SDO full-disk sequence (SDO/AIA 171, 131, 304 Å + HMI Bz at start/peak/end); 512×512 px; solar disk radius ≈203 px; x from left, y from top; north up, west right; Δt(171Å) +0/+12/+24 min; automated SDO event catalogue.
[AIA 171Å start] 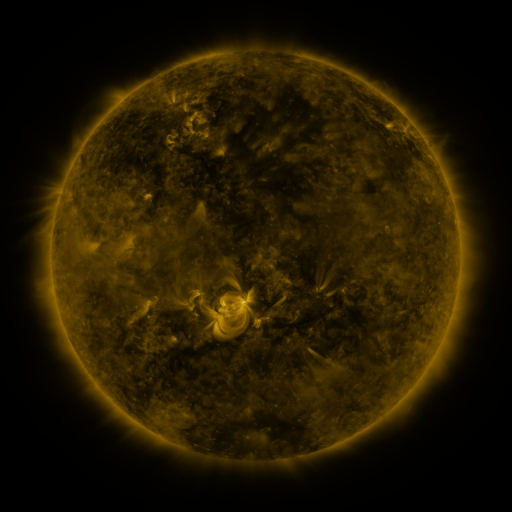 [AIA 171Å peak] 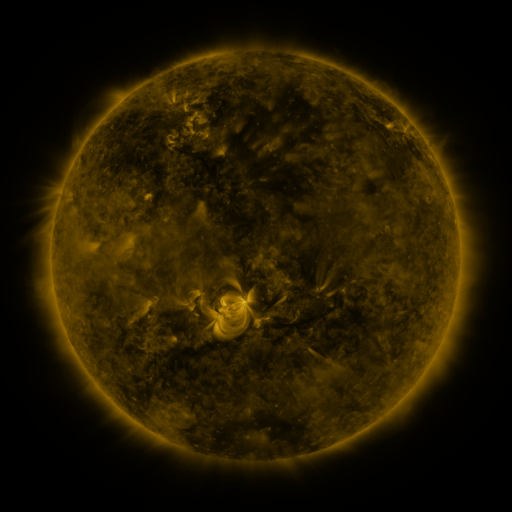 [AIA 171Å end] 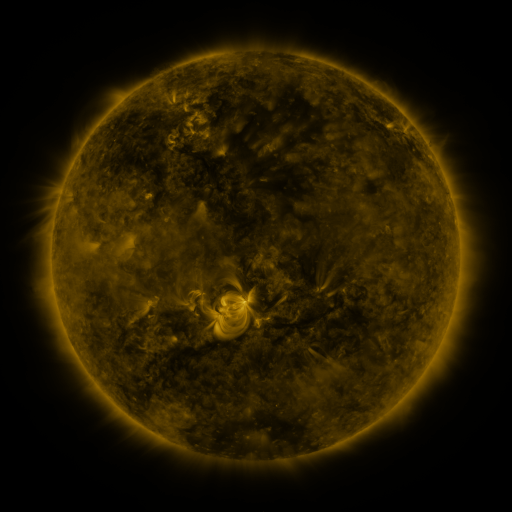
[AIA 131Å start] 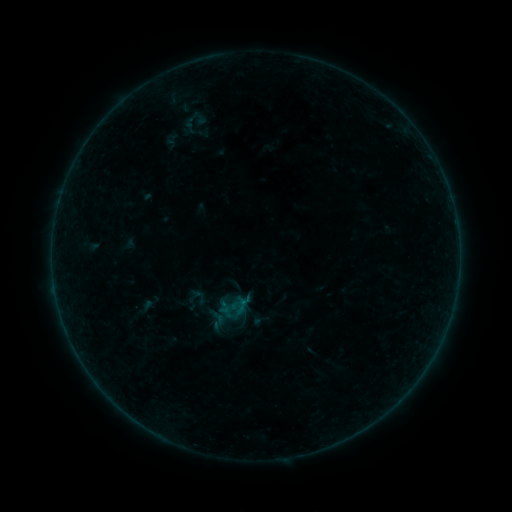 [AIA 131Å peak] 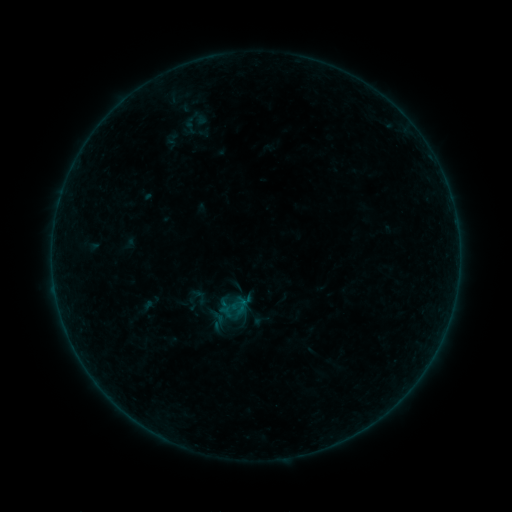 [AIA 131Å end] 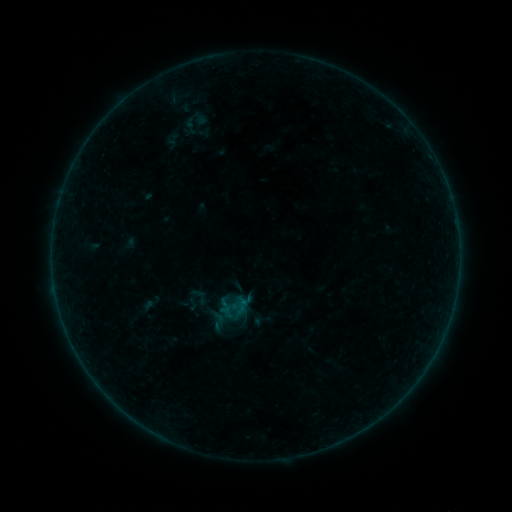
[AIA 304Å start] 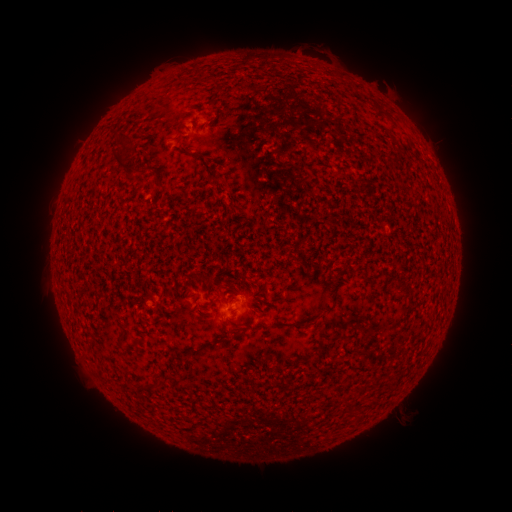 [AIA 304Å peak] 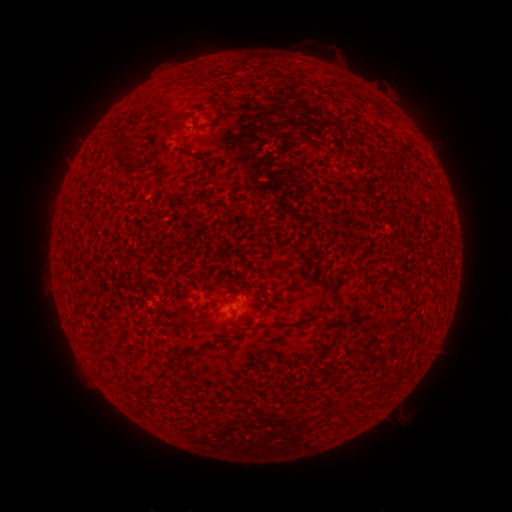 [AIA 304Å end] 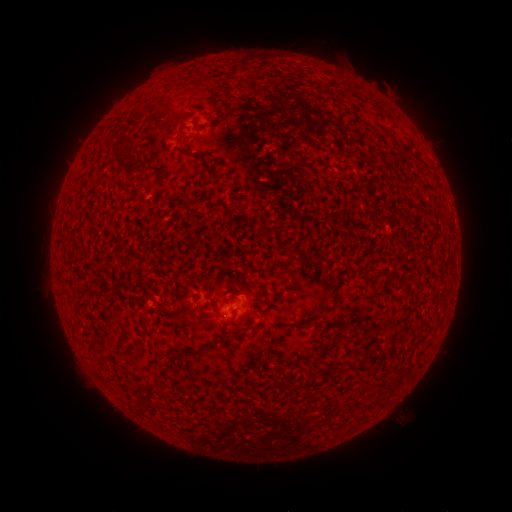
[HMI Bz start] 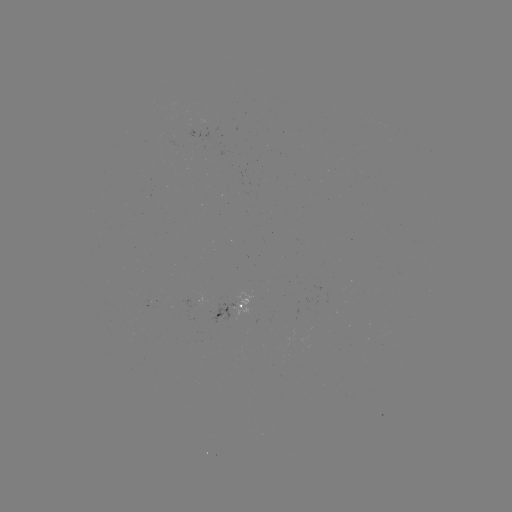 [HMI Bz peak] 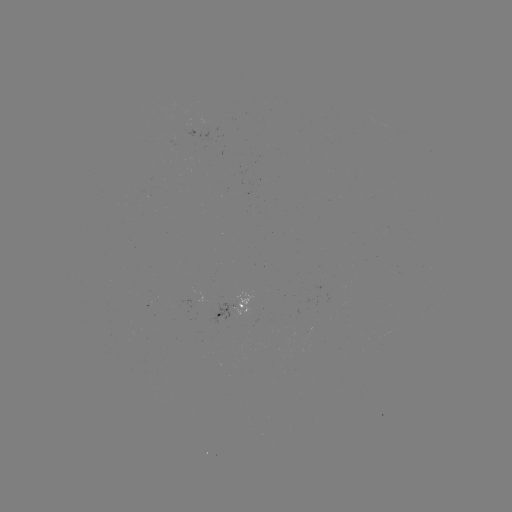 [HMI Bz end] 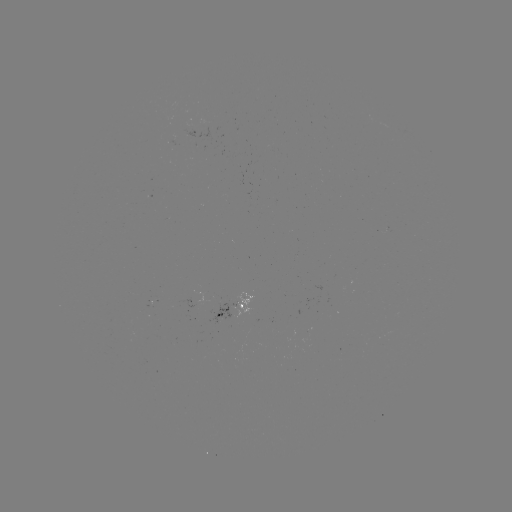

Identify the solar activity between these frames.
nothing was catalogued: no classed flare, no EUV trigger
